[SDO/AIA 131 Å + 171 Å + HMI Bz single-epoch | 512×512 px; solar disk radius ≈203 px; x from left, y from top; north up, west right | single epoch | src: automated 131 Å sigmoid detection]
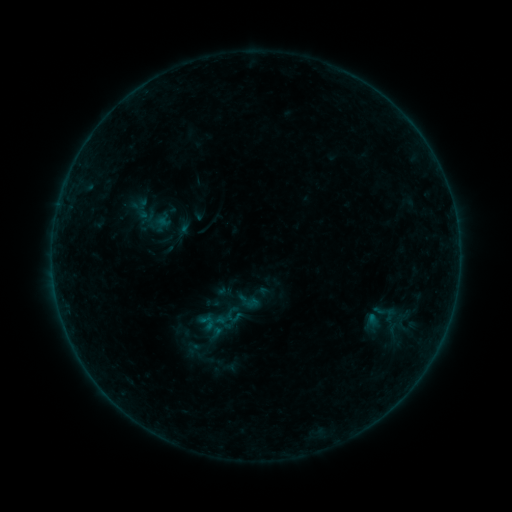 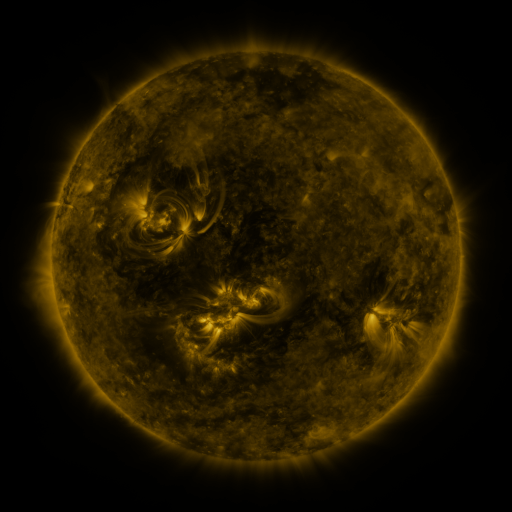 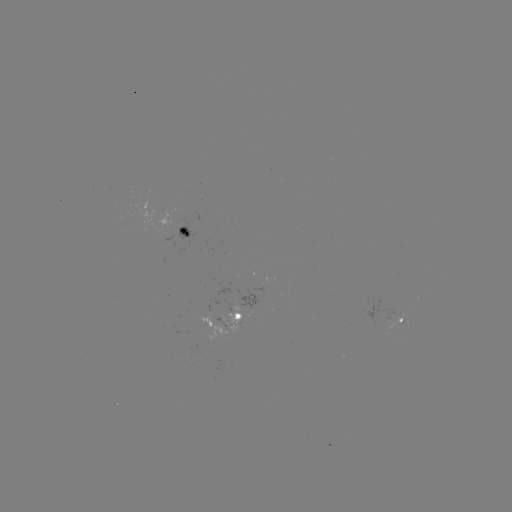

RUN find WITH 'sigmoid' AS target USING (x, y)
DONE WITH (142, 209) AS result